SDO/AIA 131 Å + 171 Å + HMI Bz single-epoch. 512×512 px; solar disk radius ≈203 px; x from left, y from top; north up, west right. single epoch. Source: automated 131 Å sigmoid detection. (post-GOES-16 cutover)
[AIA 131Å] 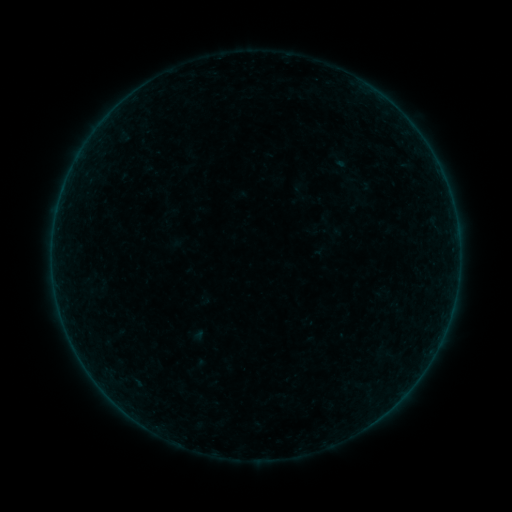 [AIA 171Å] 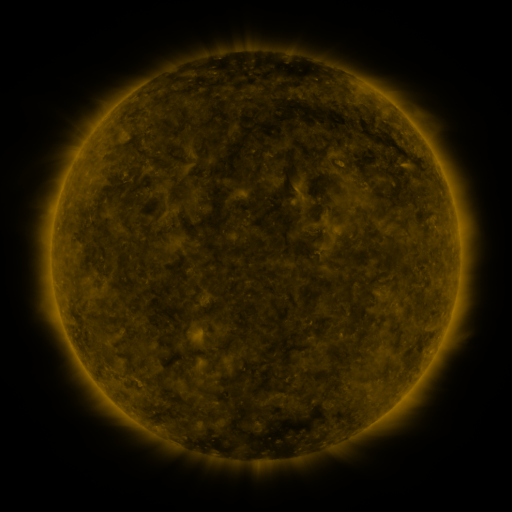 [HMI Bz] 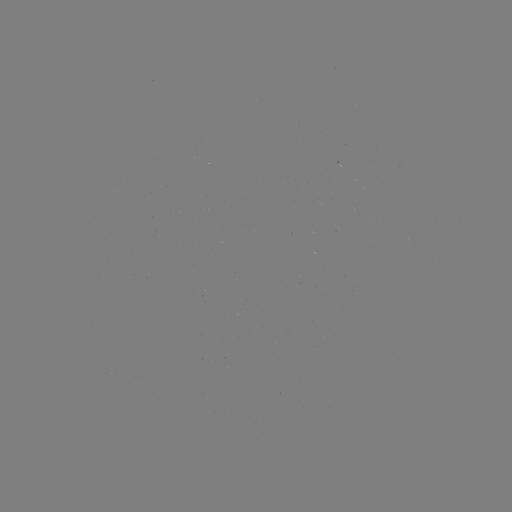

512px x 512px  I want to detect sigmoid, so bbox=[289, 179, 309, 195].